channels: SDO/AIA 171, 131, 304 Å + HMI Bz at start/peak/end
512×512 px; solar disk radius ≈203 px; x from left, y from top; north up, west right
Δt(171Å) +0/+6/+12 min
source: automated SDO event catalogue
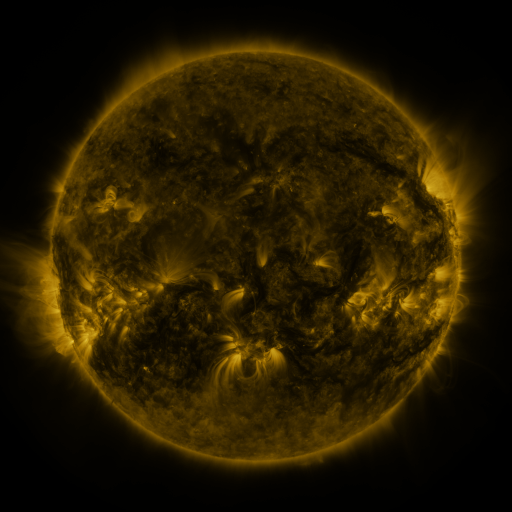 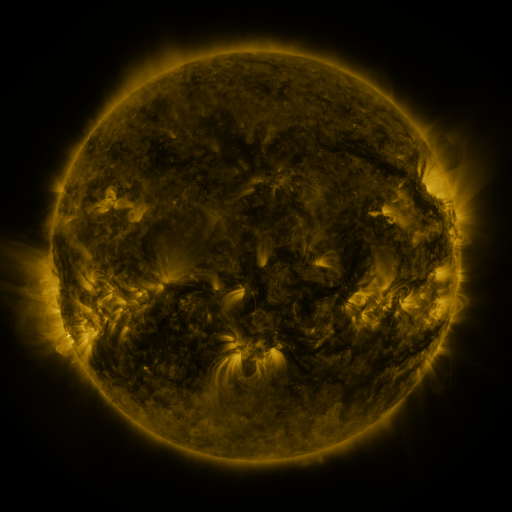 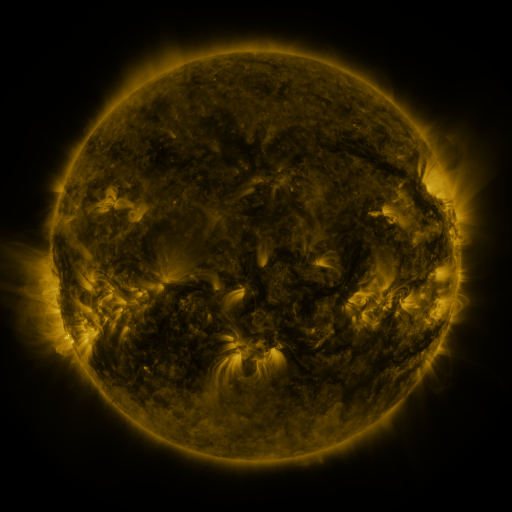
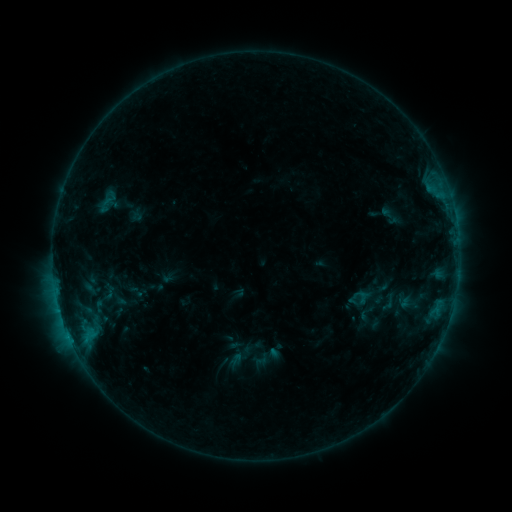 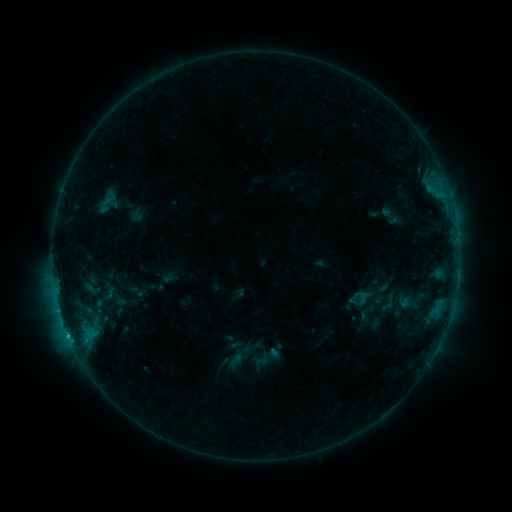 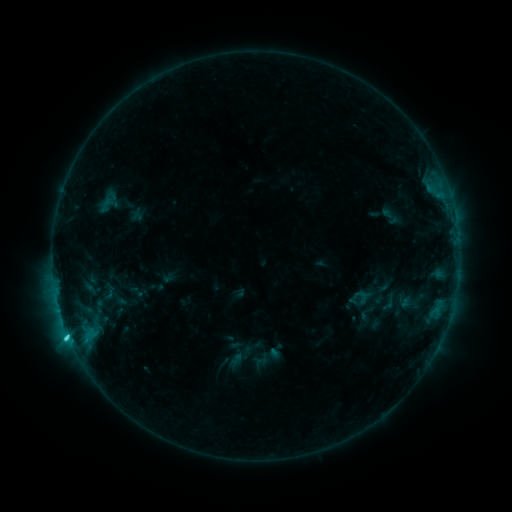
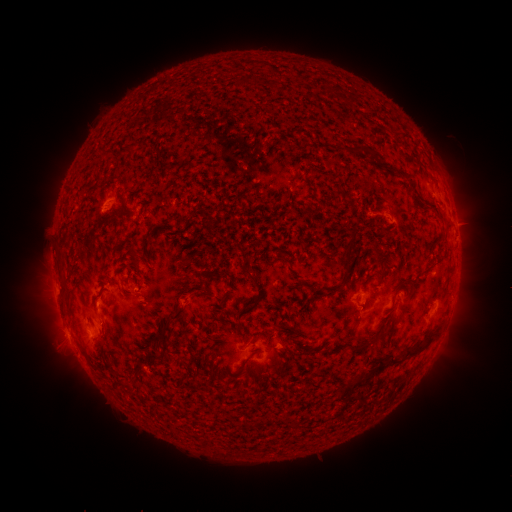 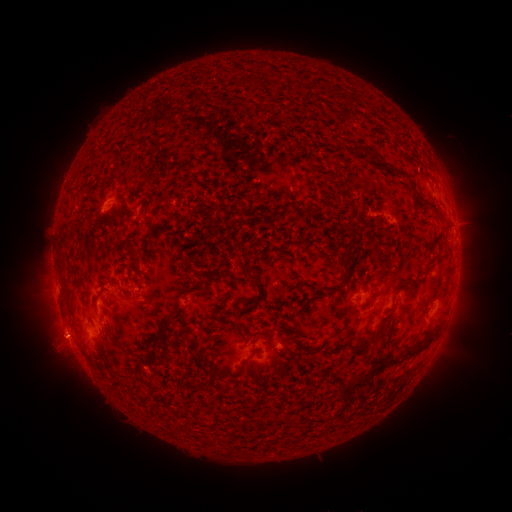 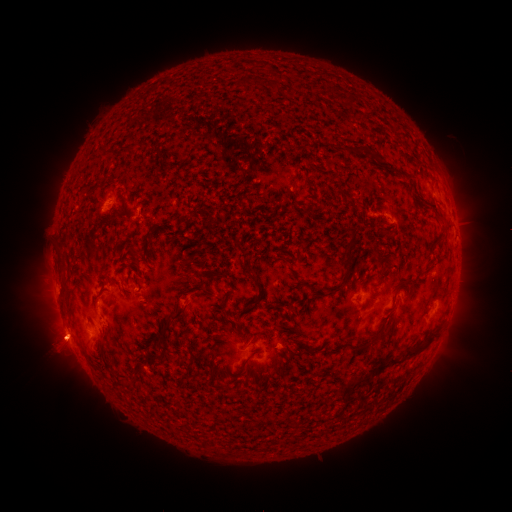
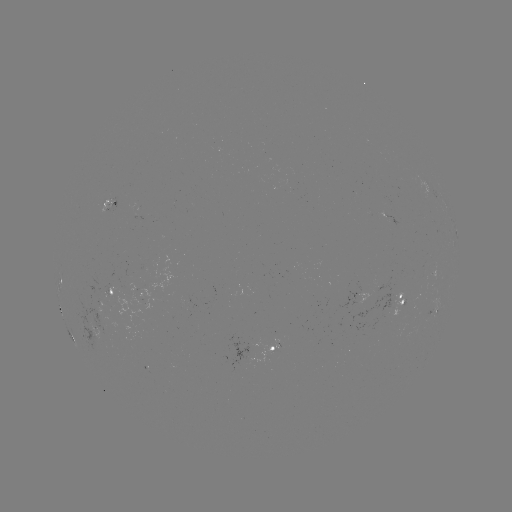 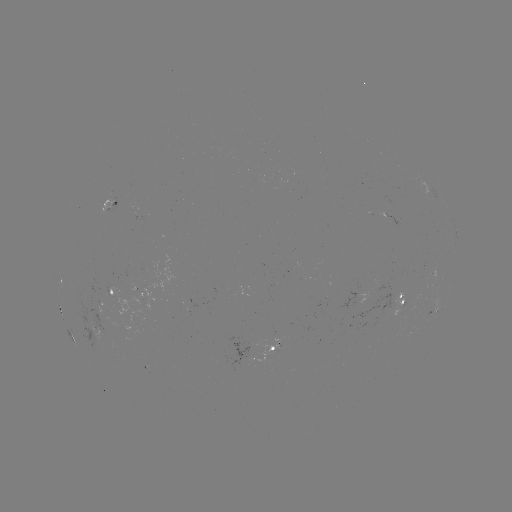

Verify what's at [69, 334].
C2.3 flare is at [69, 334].